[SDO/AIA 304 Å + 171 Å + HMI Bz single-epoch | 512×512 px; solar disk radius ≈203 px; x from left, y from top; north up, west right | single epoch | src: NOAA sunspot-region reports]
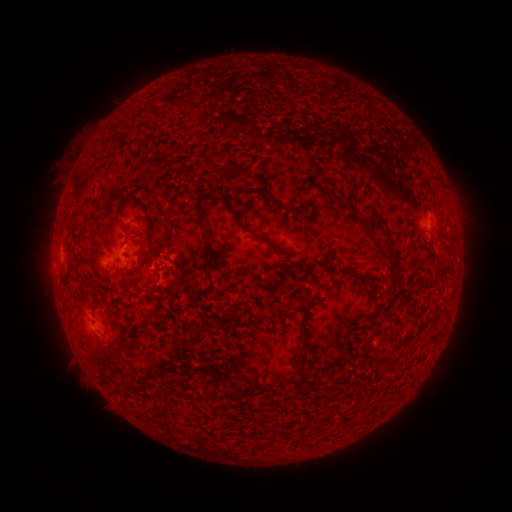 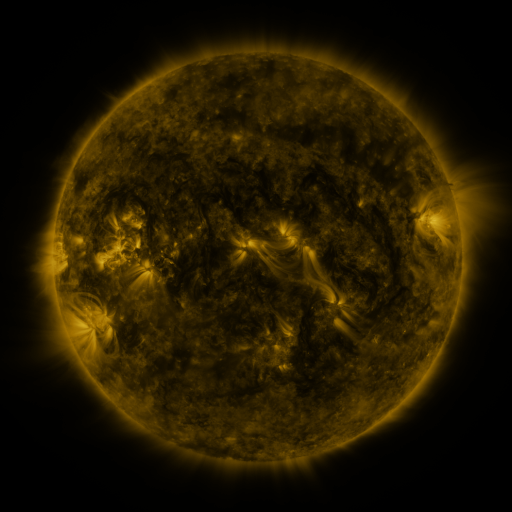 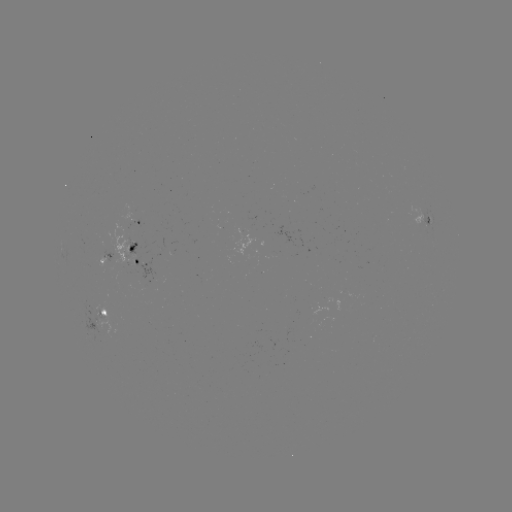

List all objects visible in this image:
spotted active region: (137, 221)
spotted active region: (428, 225)
spotted active region: (139, 257)
spotted active region: (105, 322)
